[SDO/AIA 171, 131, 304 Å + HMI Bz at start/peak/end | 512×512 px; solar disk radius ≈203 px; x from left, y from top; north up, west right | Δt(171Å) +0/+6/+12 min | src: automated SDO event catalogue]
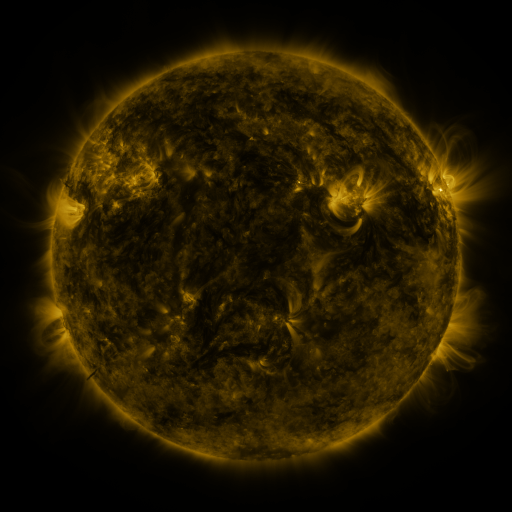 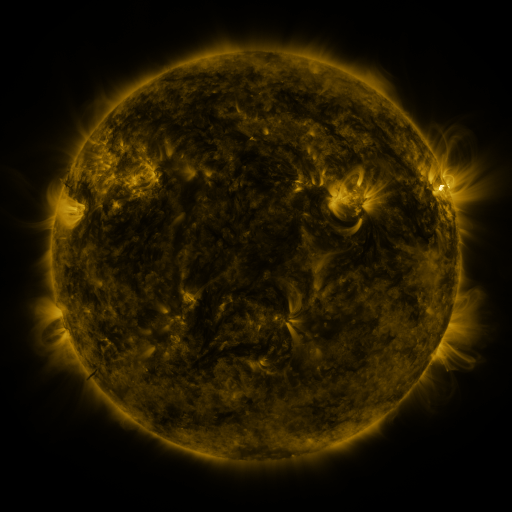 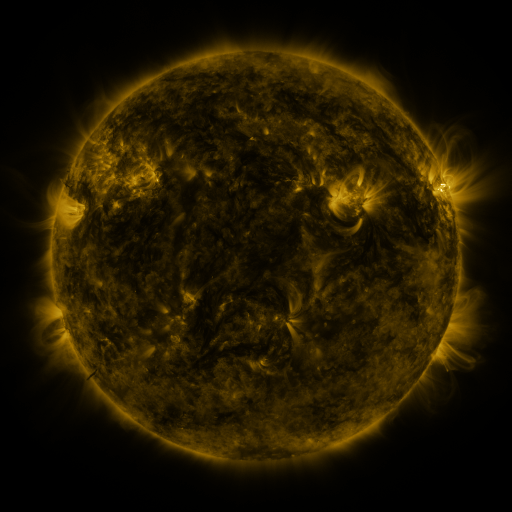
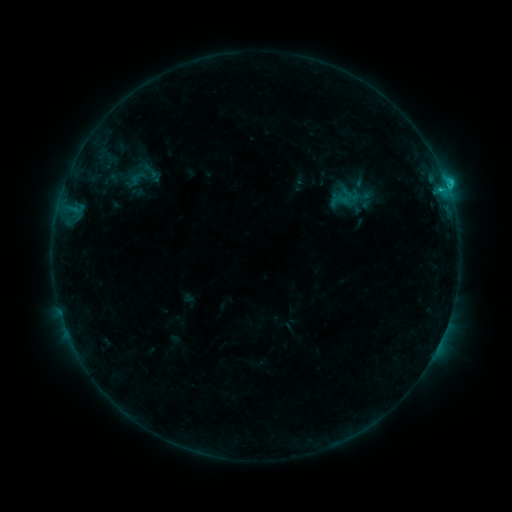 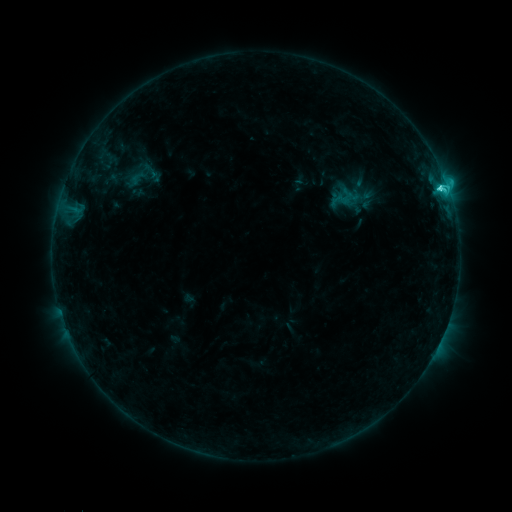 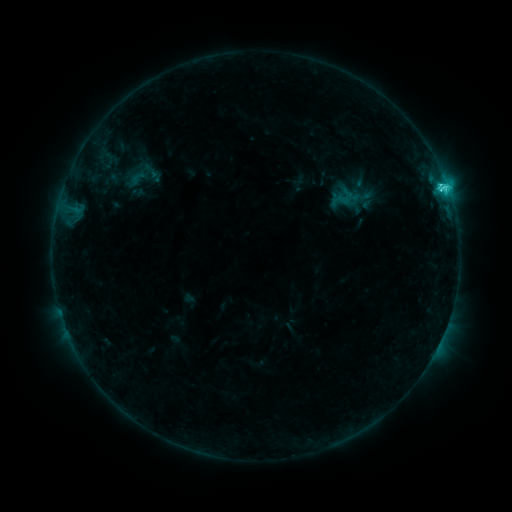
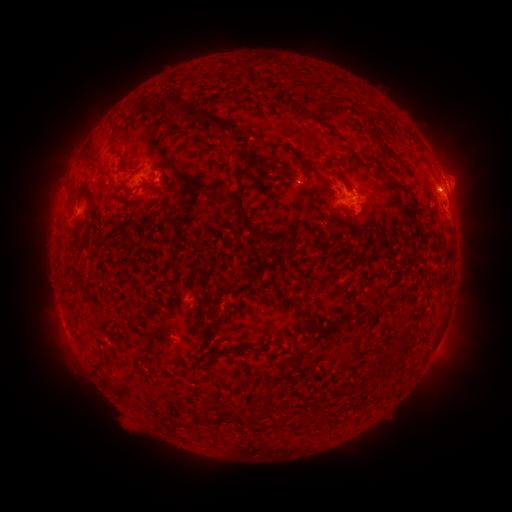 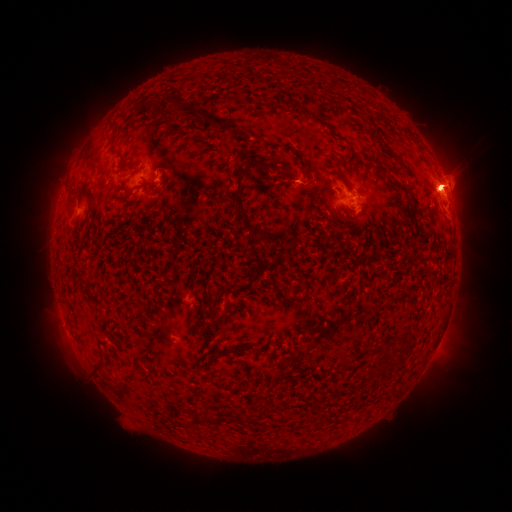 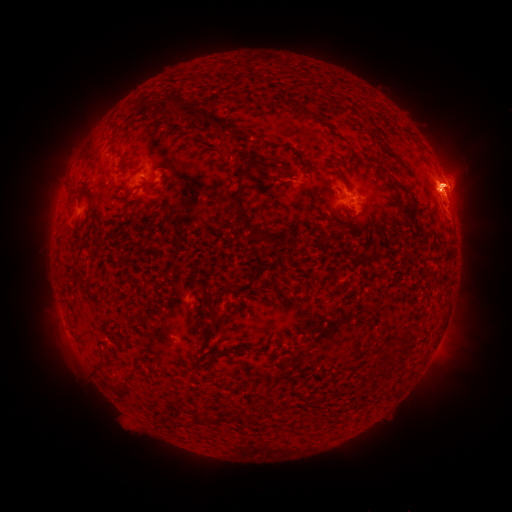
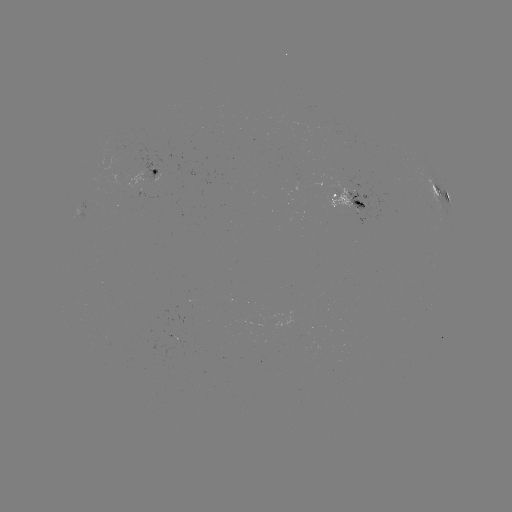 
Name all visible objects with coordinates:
eruption: (370, 196)
